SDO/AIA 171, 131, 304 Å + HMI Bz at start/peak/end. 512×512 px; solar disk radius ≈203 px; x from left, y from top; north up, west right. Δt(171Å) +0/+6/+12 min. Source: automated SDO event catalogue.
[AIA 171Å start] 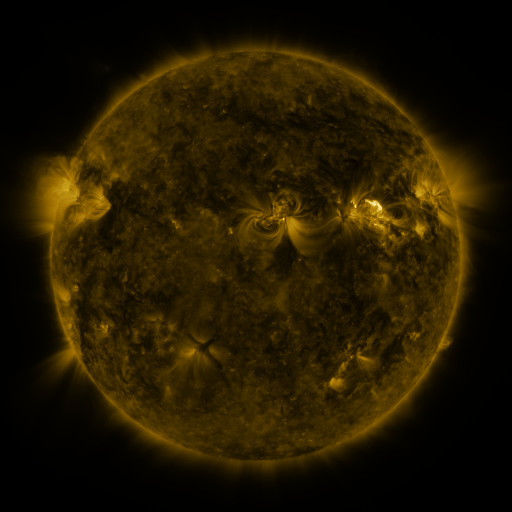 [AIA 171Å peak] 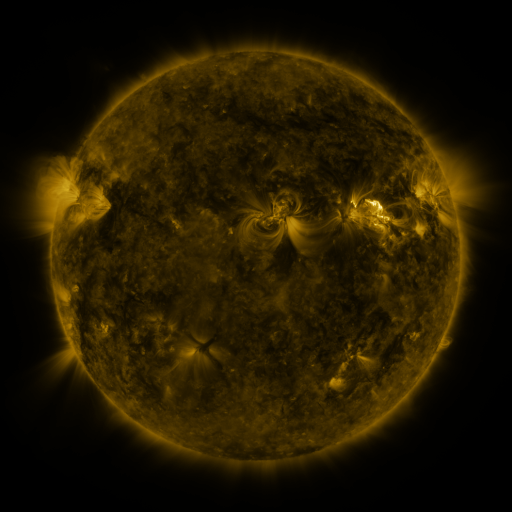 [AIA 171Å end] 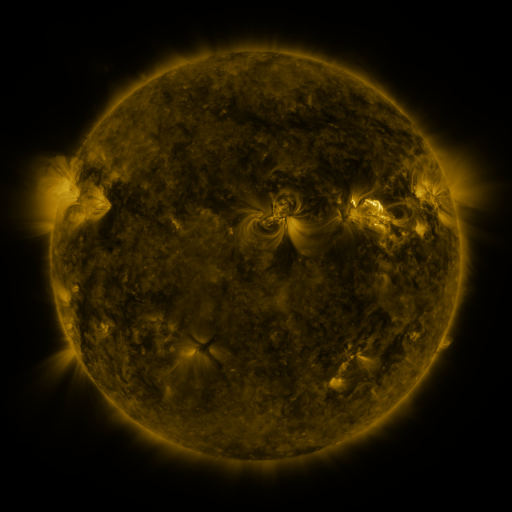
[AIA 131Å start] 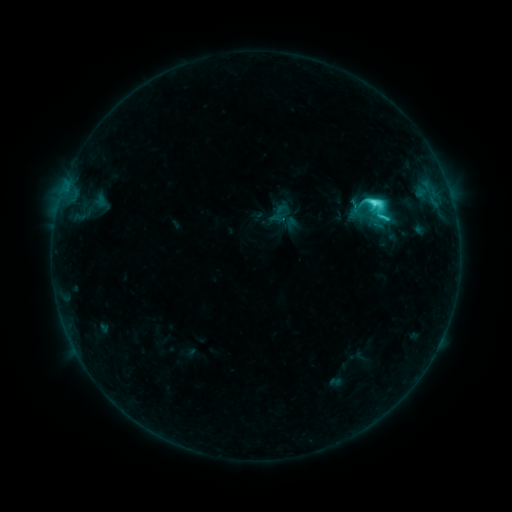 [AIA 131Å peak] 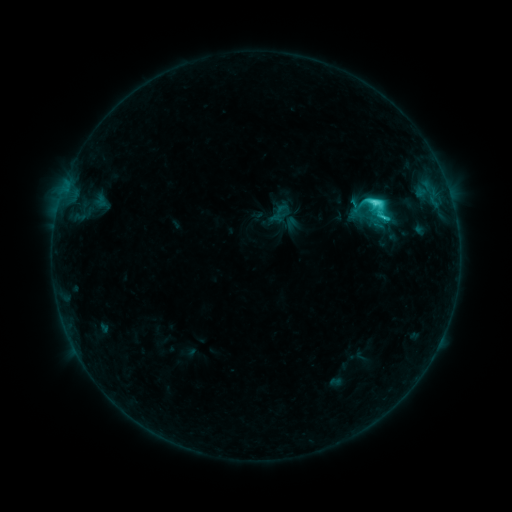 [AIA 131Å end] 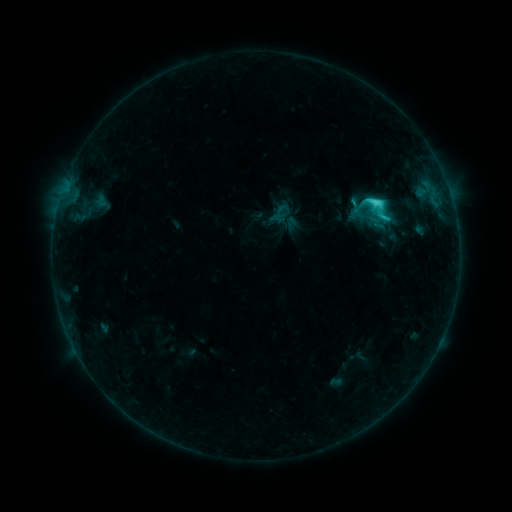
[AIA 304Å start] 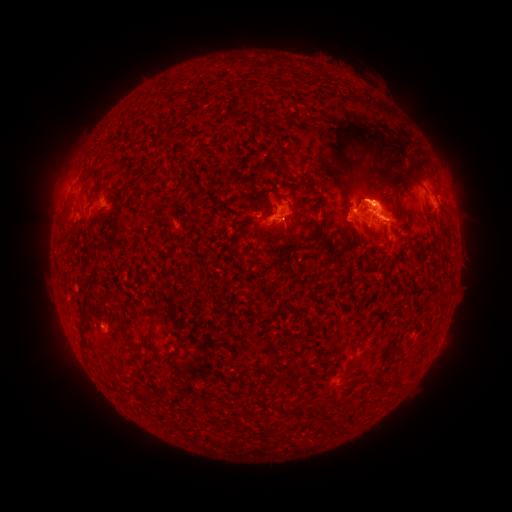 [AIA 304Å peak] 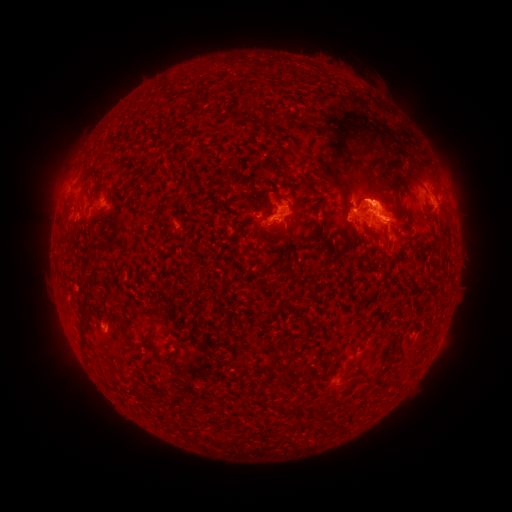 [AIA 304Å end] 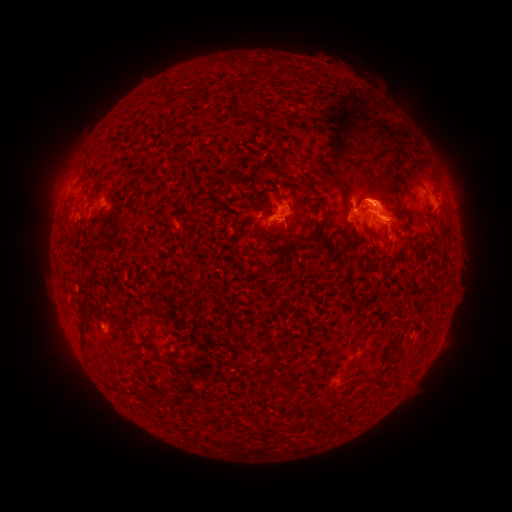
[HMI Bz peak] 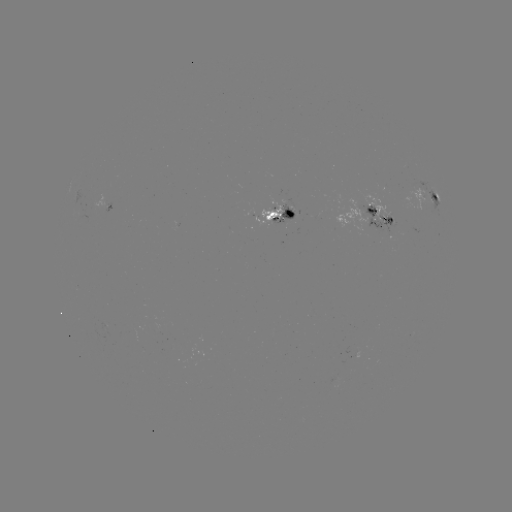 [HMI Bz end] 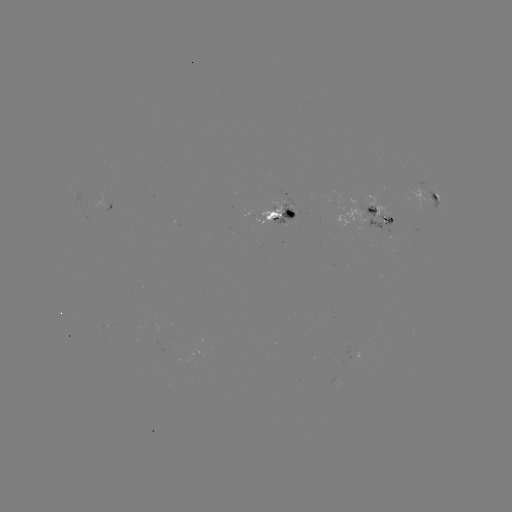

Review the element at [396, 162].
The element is eruption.